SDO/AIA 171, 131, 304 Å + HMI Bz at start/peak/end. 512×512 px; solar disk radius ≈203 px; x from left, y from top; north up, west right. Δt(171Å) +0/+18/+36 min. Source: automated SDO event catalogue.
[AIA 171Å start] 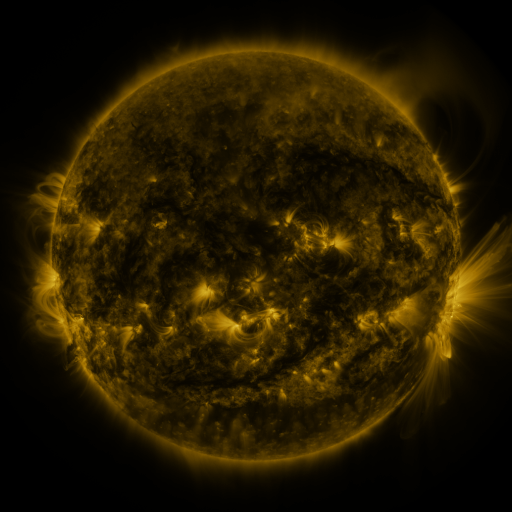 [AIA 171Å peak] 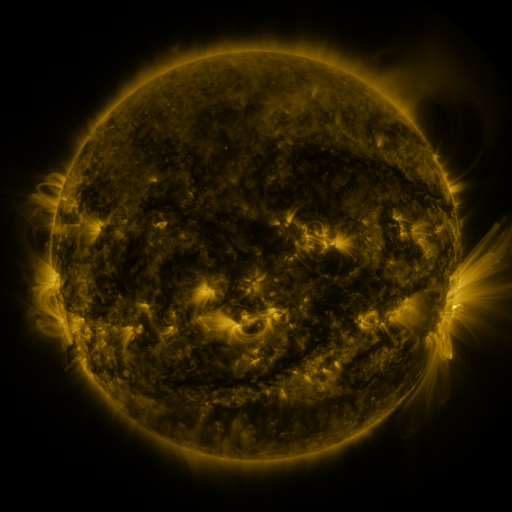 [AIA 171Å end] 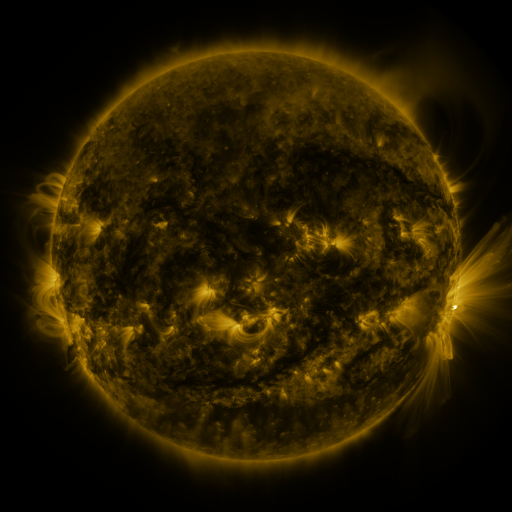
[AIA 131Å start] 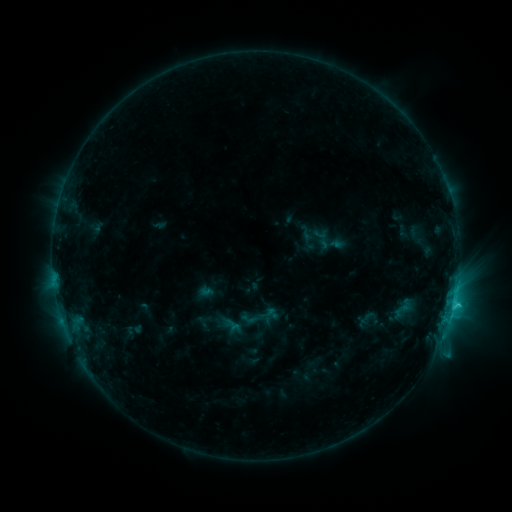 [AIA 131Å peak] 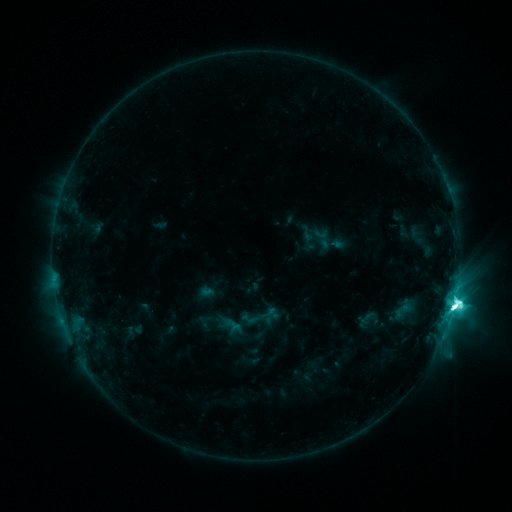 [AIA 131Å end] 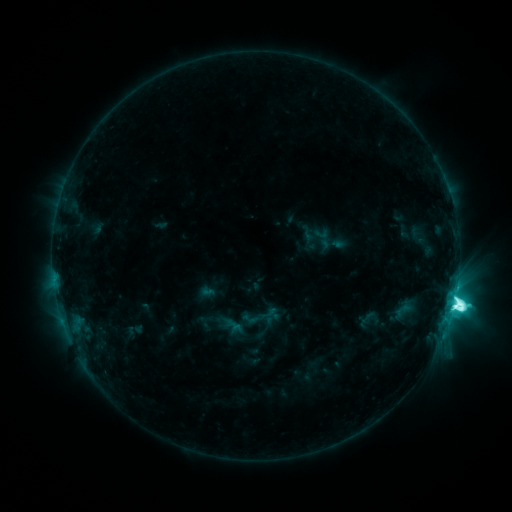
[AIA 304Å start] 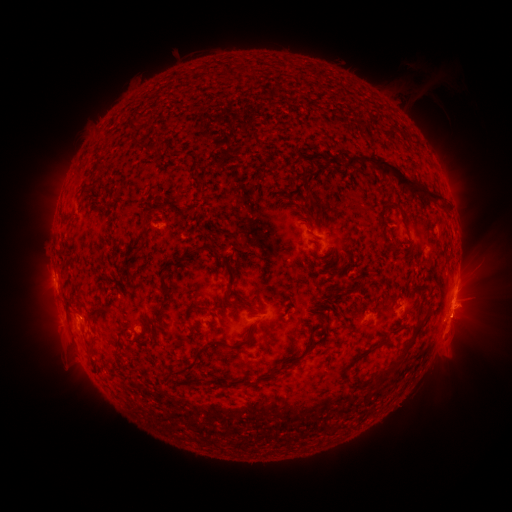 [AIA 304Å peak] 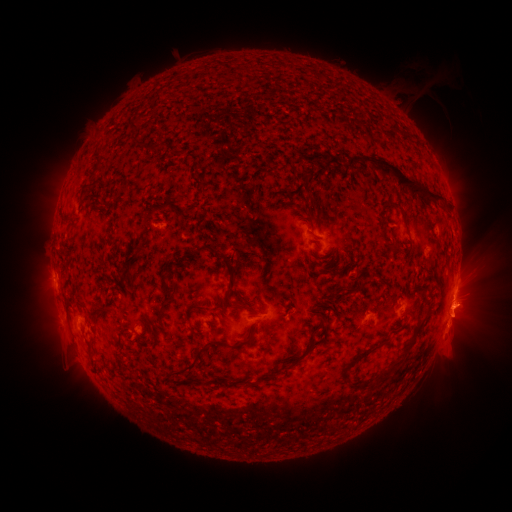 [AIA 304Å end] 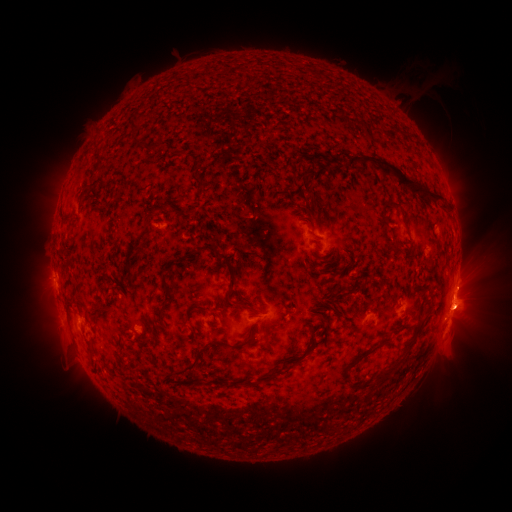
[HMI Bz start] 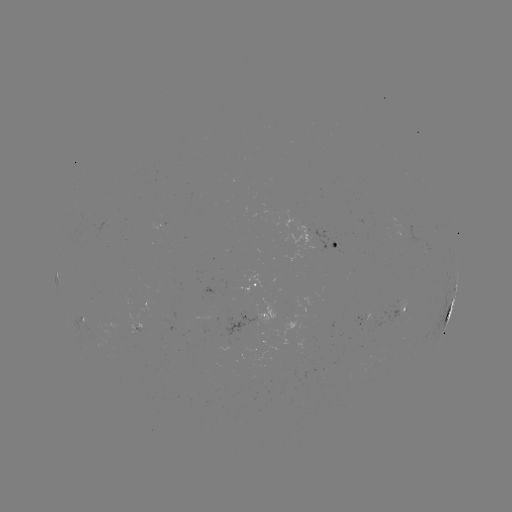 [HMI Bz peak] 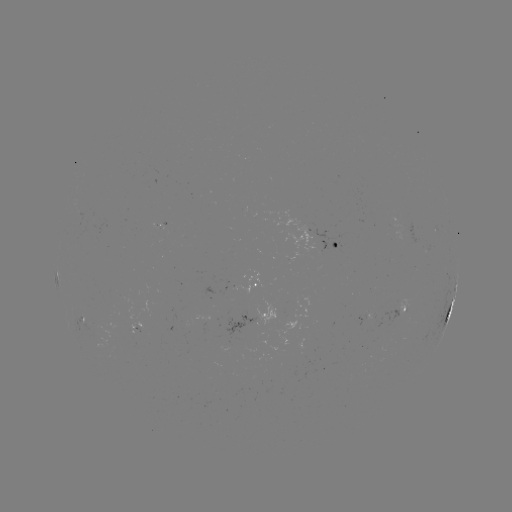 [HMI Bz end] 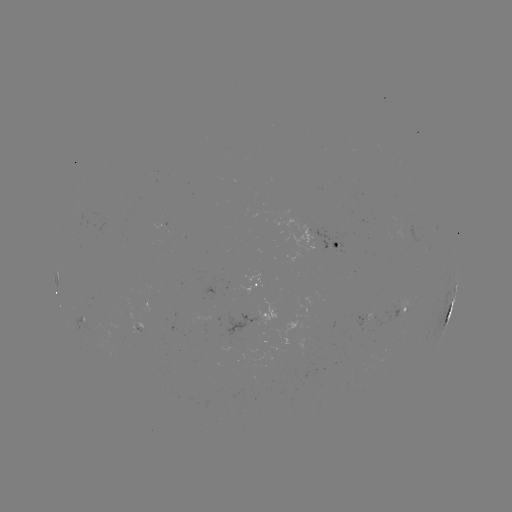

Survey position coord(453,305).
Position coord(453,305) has M3.5 flare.